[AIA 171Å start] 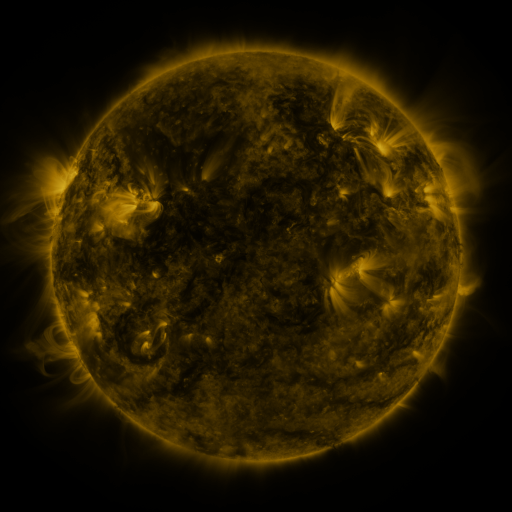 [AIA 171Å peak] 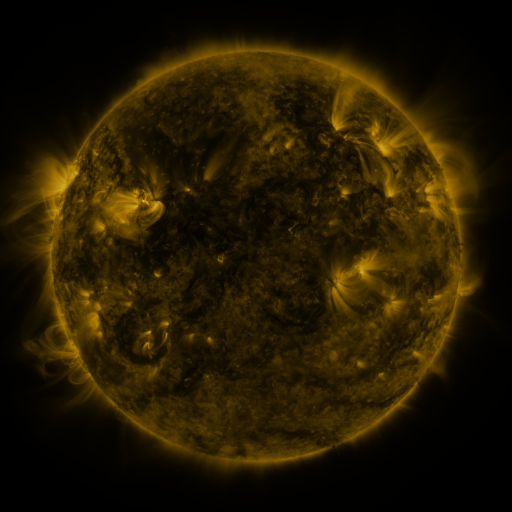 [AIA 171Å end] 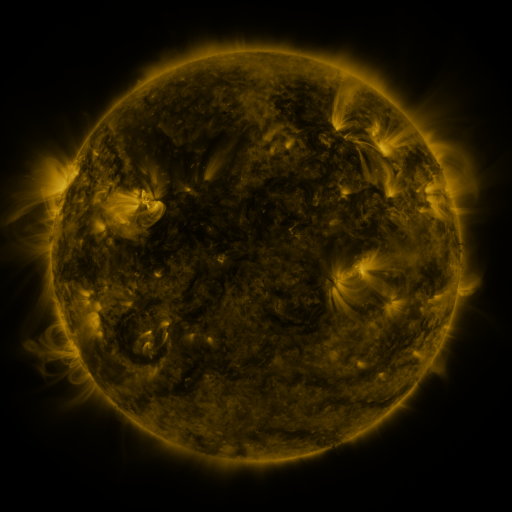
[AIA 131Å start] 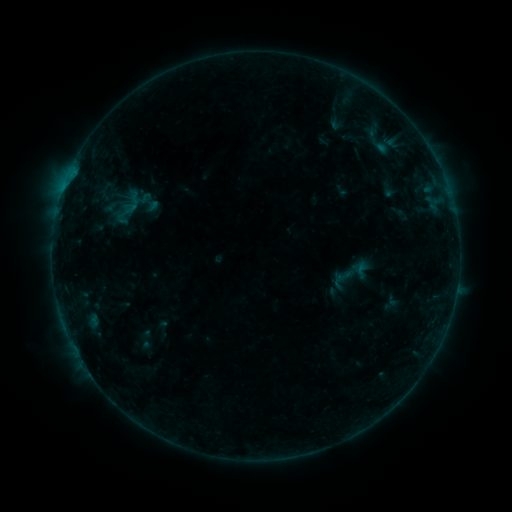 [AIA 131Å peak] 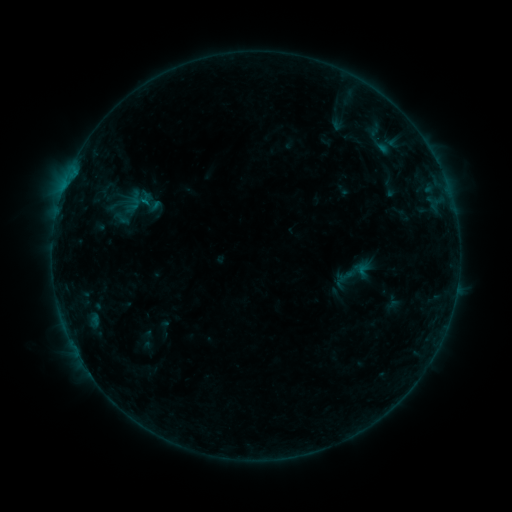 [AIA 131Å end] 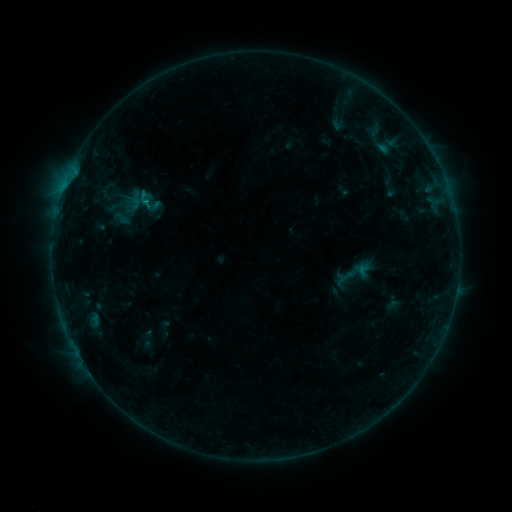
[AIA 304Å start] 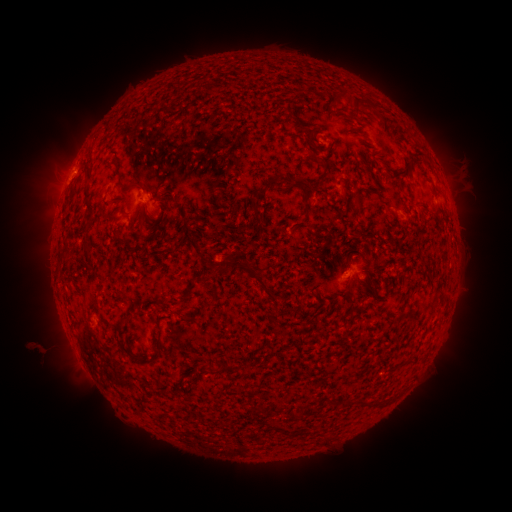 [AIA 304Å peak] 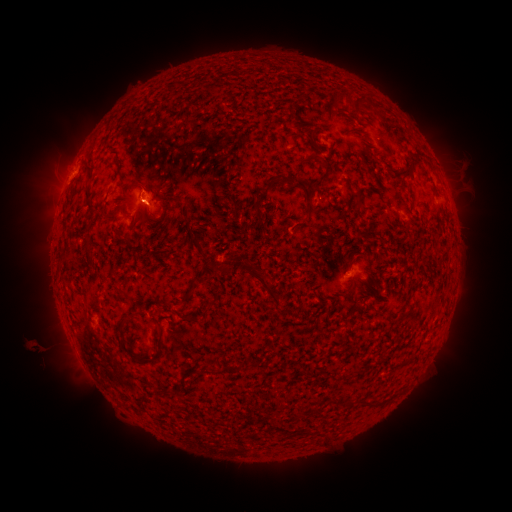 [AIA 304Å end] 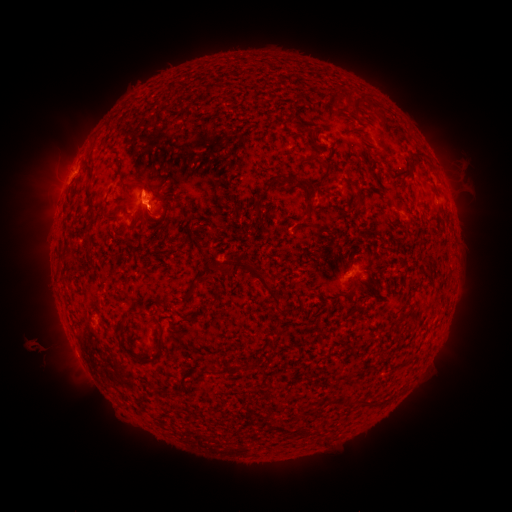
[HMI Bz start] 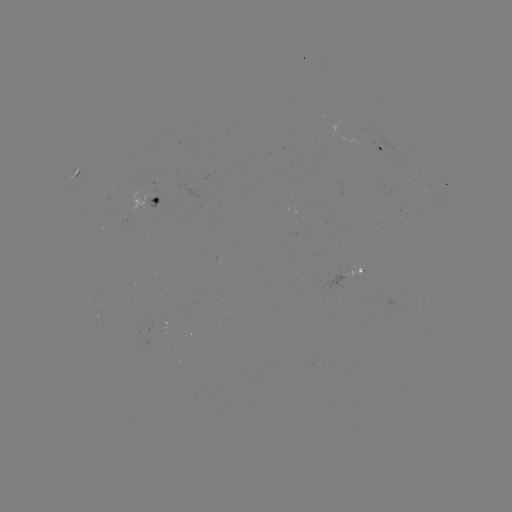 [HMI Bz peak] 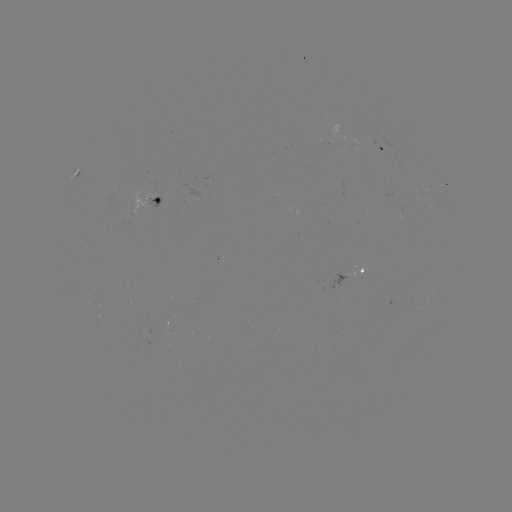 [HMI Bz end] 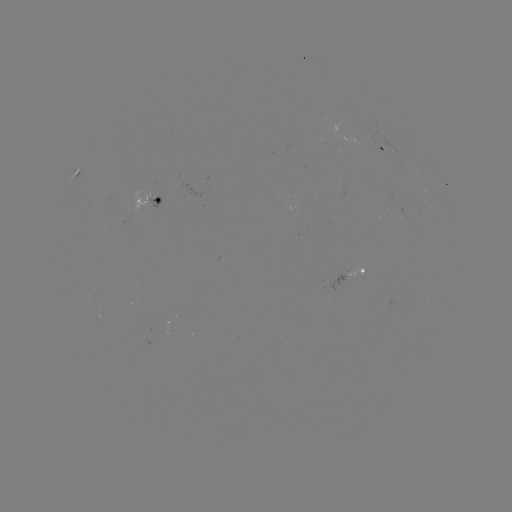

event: emerging-flux region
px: (111, 192)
